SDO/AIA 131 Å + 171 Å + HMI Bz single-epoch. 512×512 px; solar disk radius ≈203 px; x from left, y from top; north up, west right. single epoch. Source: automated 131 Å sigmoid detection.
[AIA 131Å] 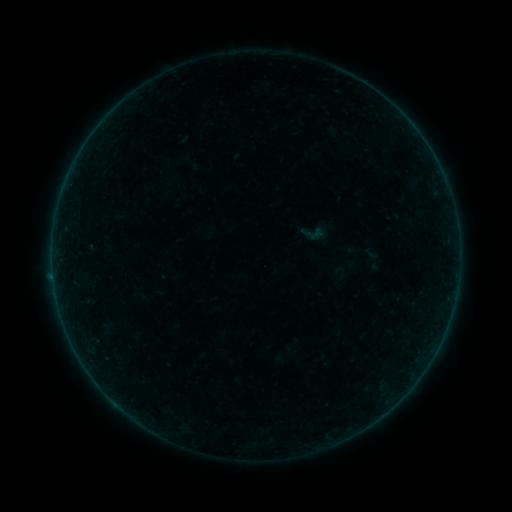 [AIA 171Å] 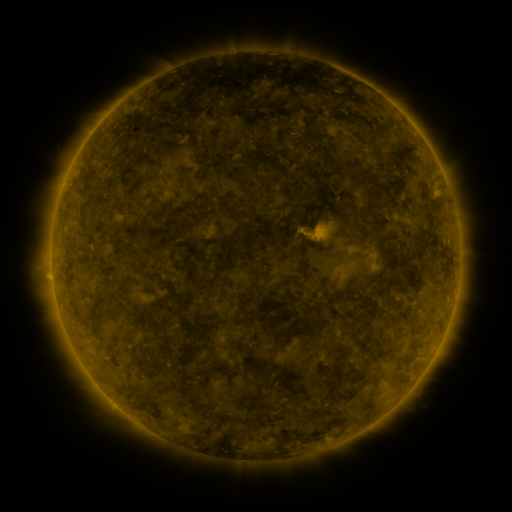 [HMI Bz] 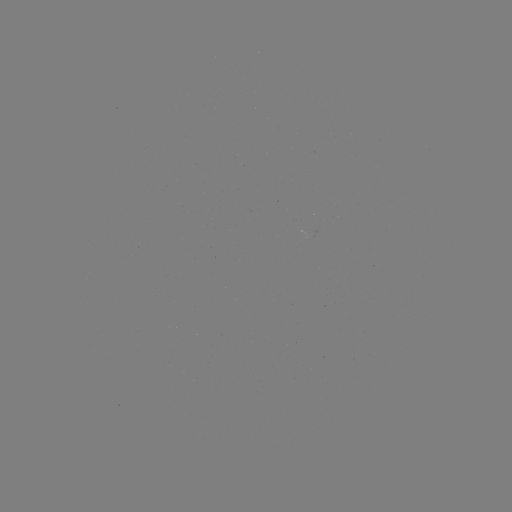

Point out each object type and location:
sigmoid: (315, 232)
